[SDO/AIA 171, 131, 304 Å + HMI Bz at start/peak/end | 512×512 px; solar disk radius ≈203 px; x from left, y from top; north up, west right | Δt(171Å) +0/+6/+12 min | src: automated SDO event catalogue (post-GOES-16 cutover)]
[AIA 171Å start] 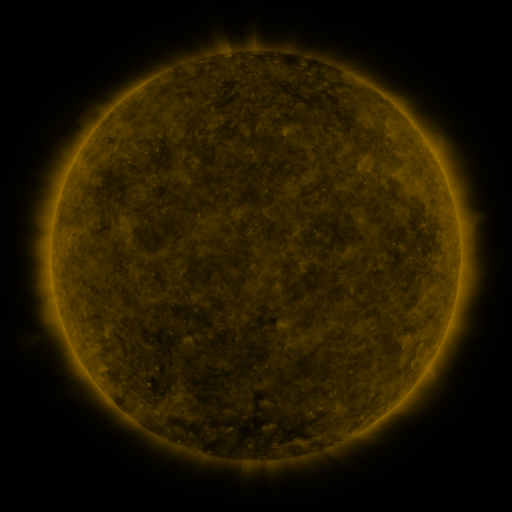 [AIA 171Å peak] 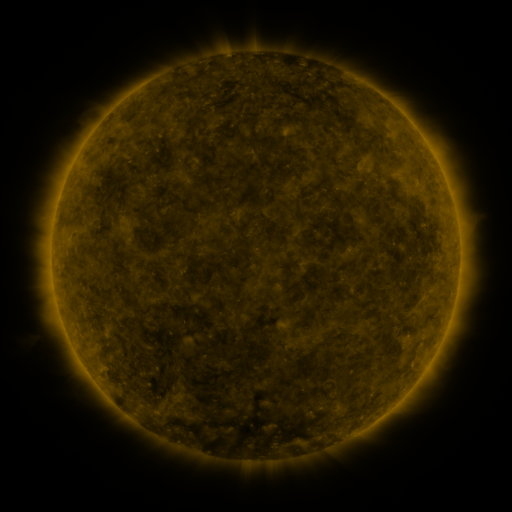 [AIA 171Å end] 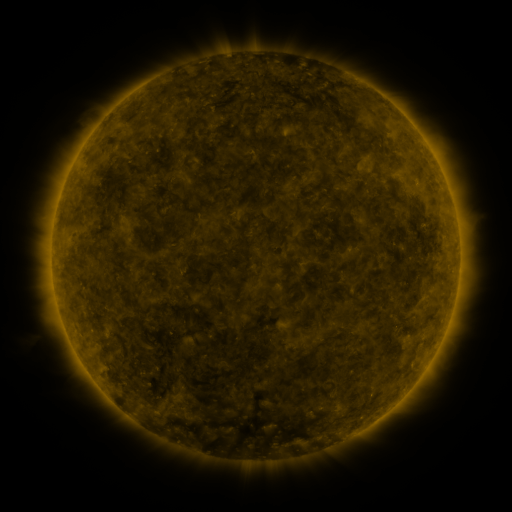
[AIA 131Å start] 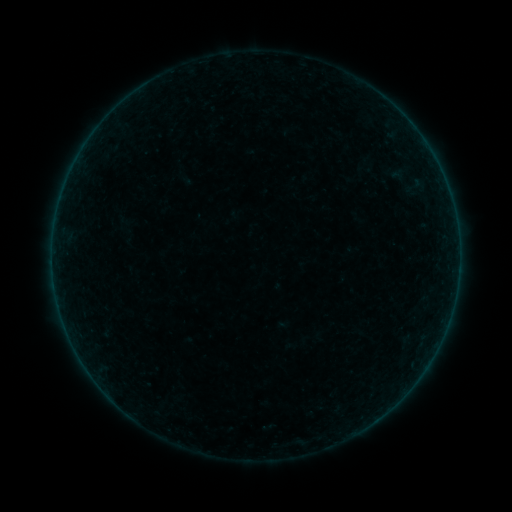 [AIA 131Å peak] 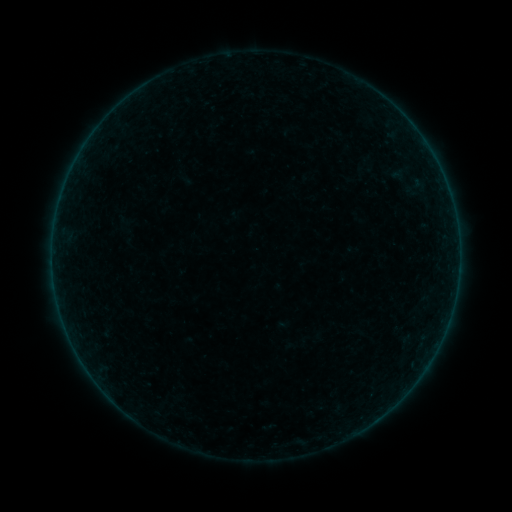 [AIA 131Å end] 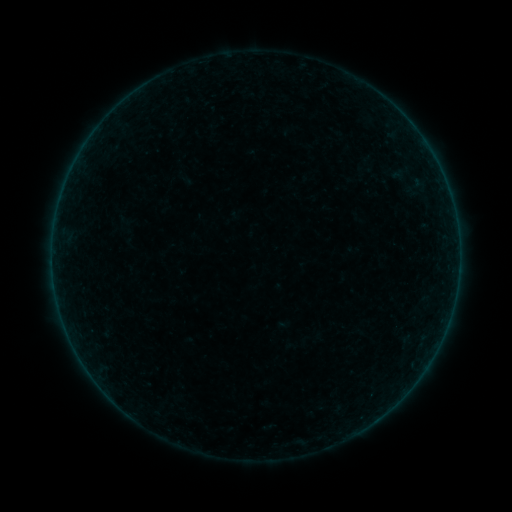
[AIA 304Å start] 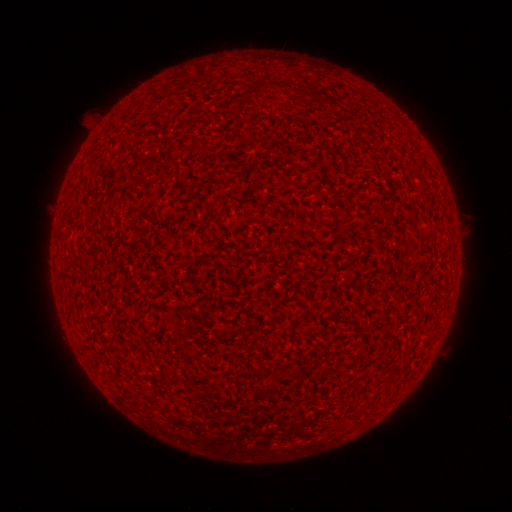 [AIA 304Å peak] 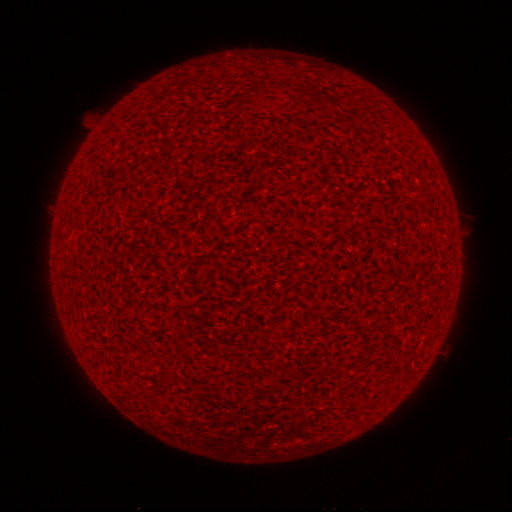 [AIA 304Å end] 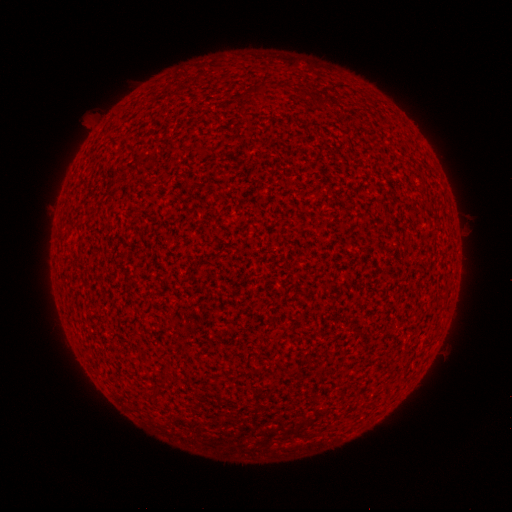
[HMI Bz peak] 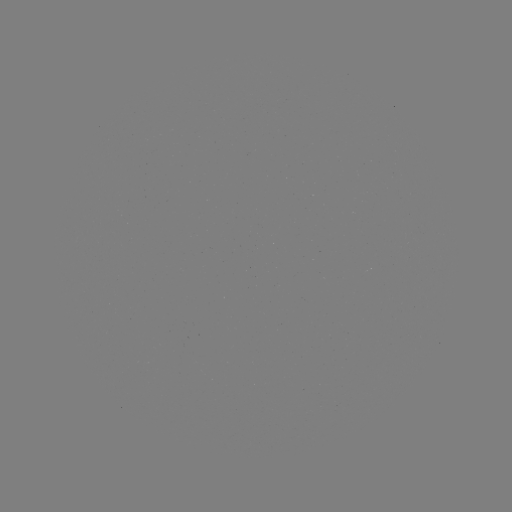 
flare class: A9.5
